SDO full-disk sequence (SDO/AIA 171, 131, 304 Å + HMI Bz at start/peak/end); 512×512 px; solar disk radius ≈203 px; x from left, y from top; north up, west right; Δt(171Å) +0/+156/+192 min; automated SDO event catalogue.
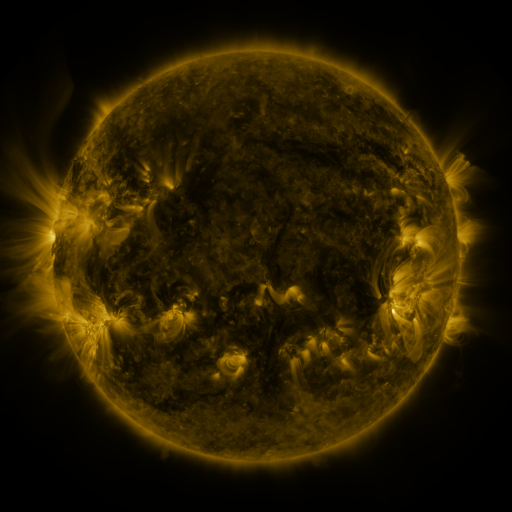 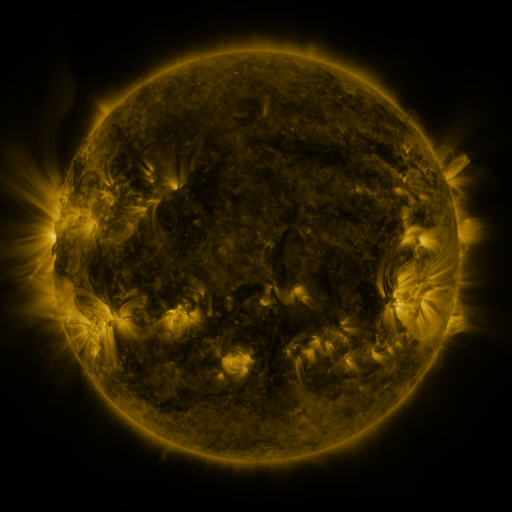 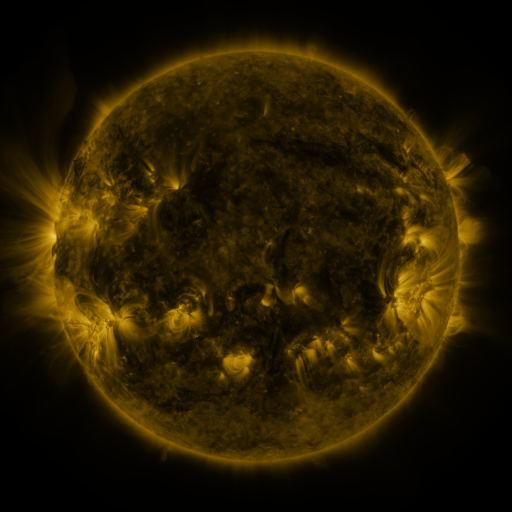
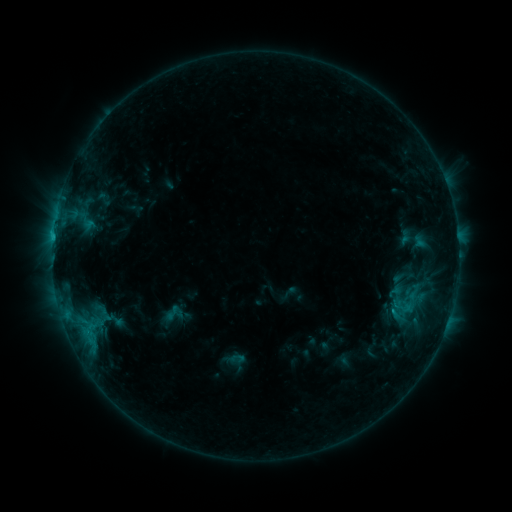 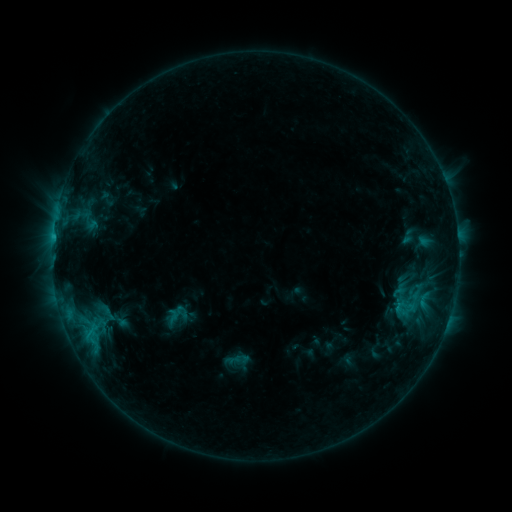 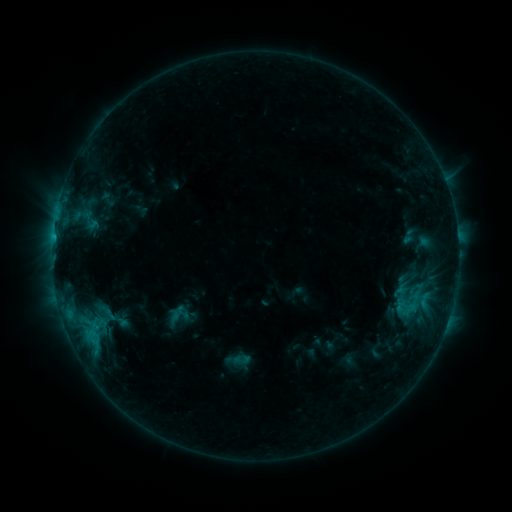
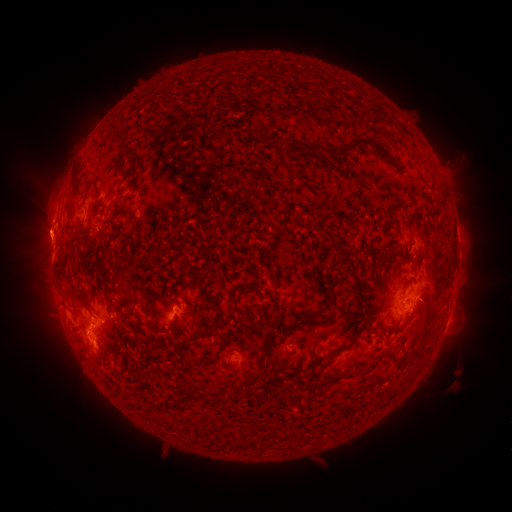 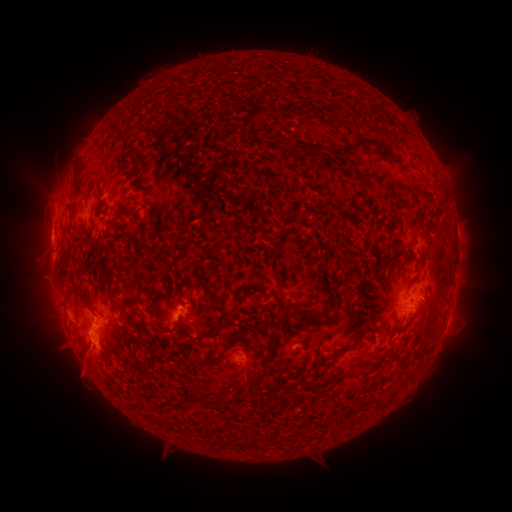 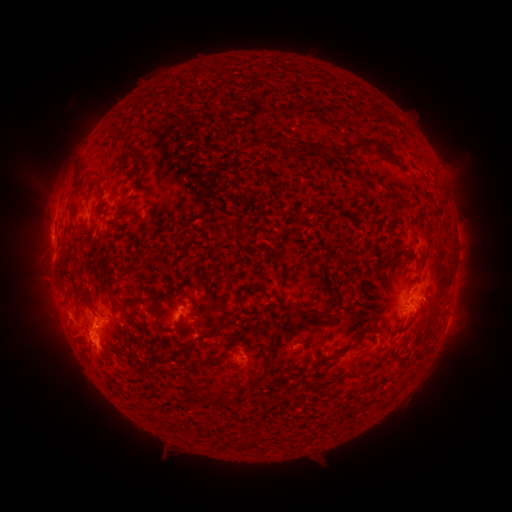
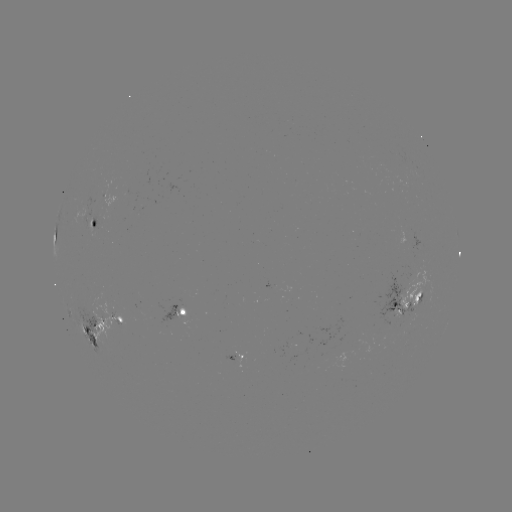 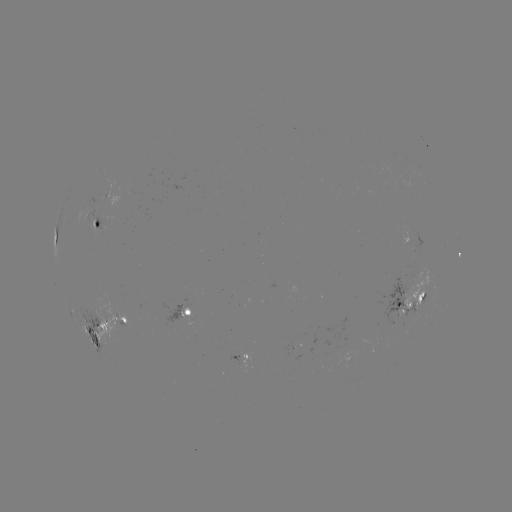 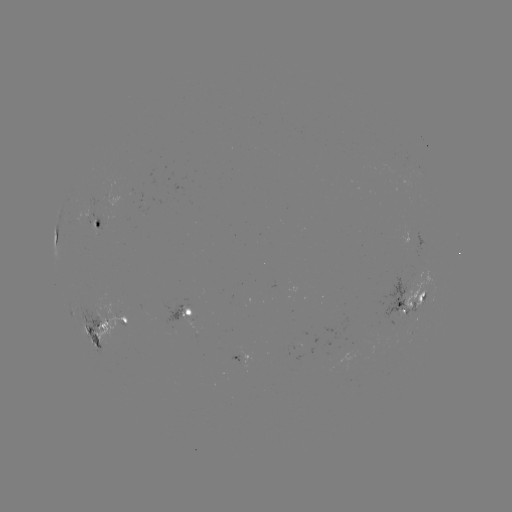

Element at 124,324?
emerging-flux region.